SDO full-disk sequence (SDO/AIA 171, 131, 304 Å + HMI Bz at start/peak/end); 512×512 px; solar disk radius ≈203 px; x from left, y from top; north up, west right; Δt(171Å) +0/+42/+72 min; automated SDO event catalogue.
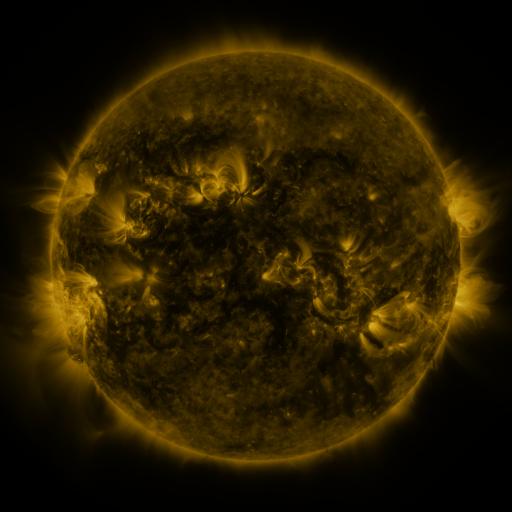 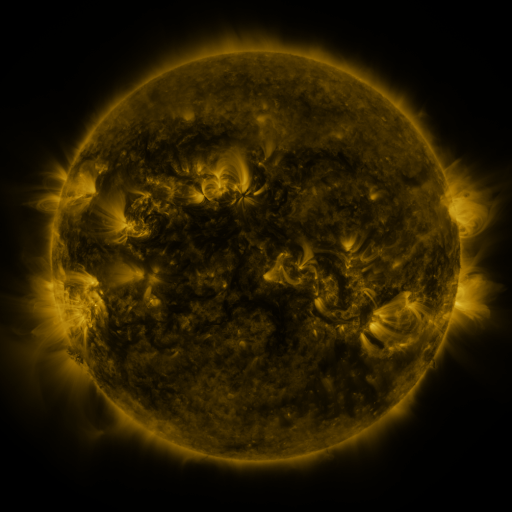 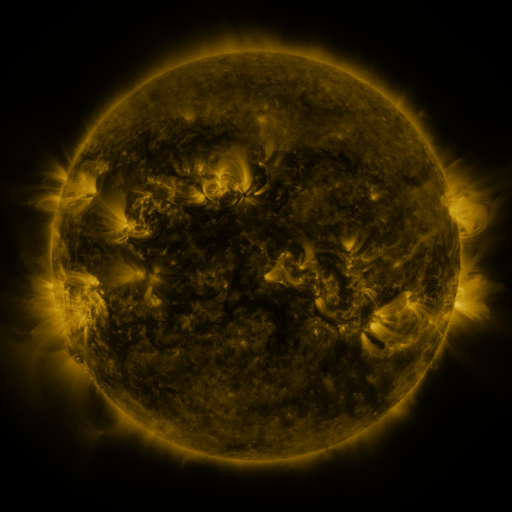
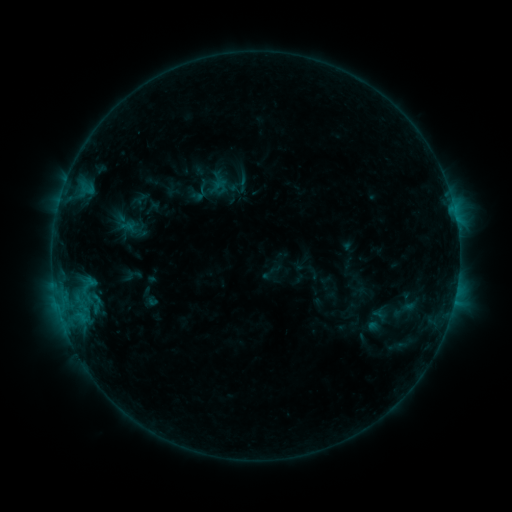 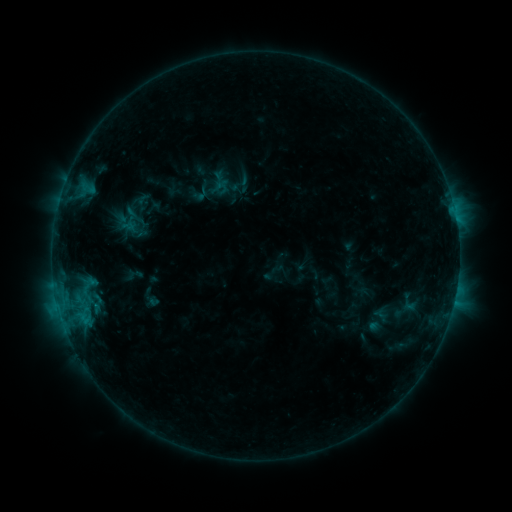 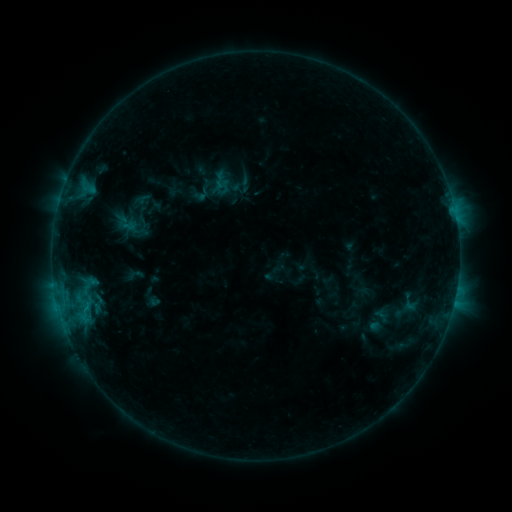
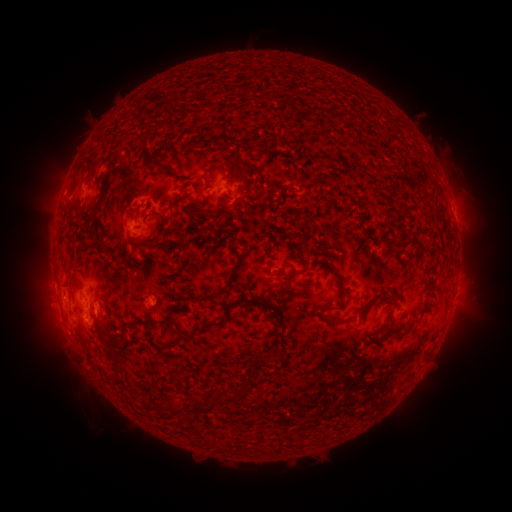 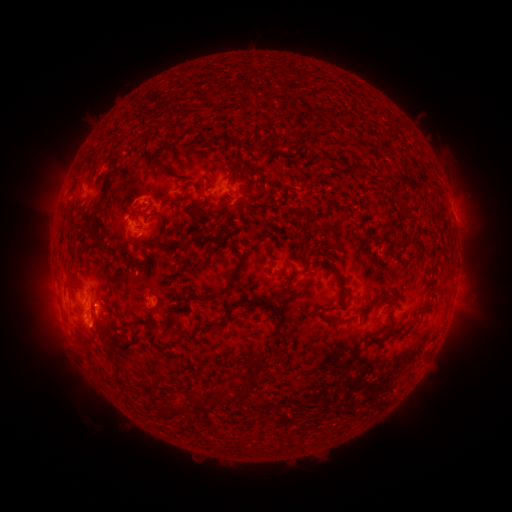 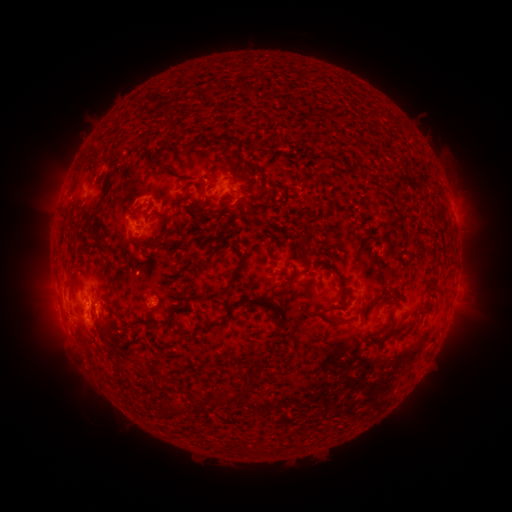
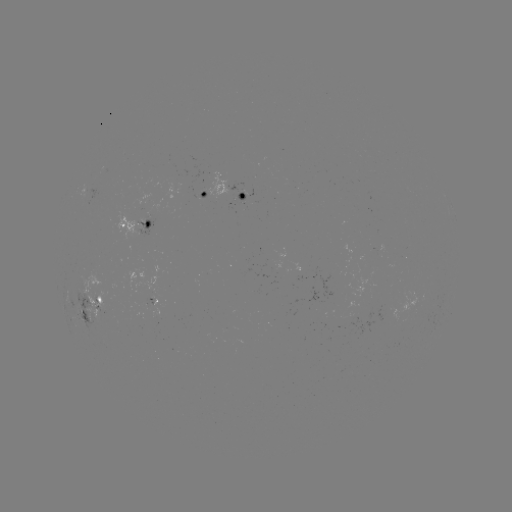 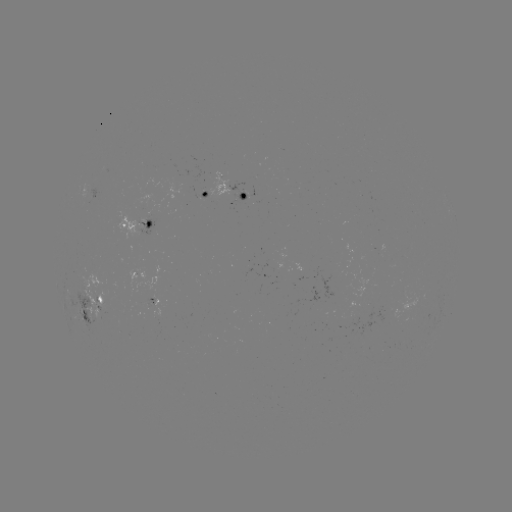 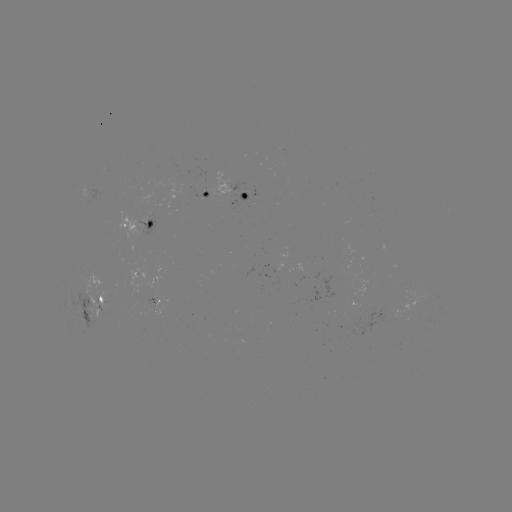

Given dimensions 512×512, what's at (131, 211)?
C1.1 flare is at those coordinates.